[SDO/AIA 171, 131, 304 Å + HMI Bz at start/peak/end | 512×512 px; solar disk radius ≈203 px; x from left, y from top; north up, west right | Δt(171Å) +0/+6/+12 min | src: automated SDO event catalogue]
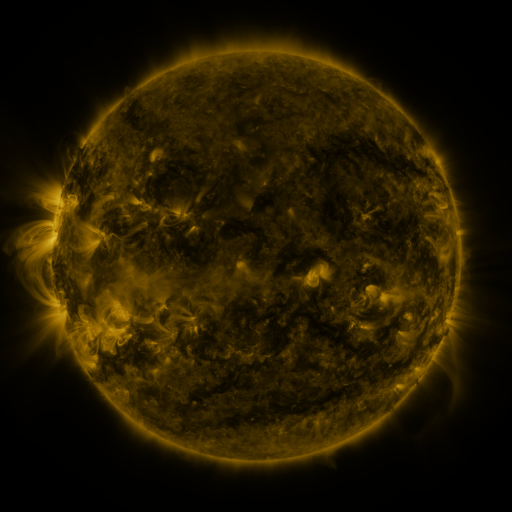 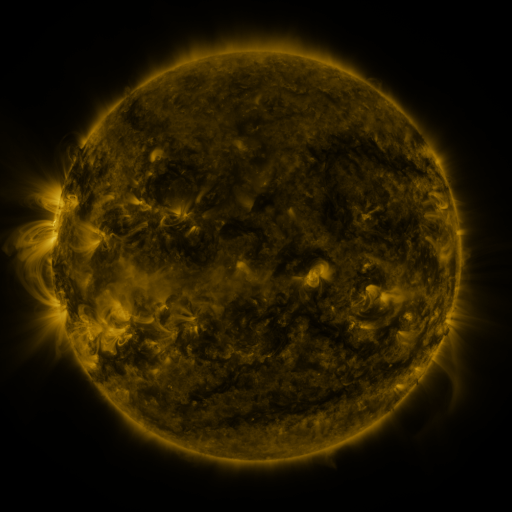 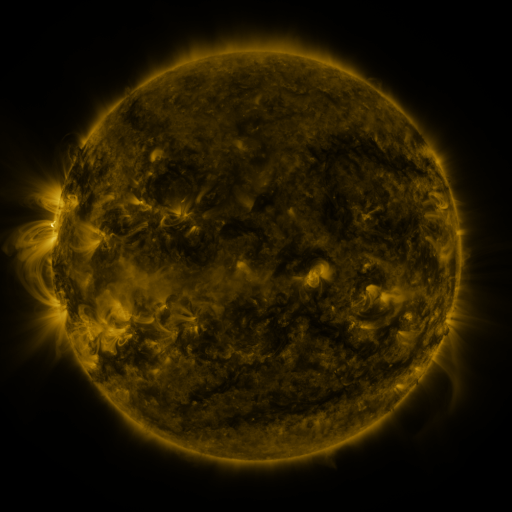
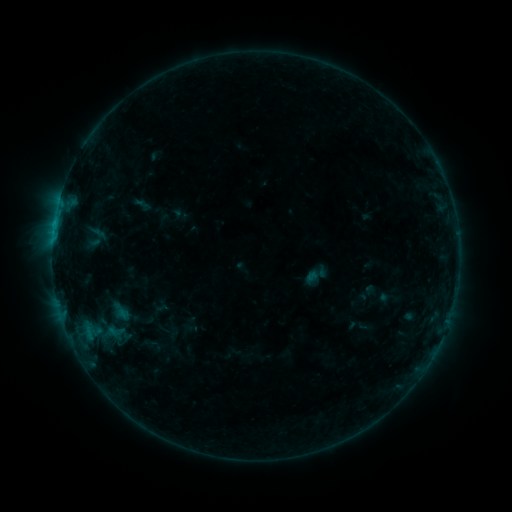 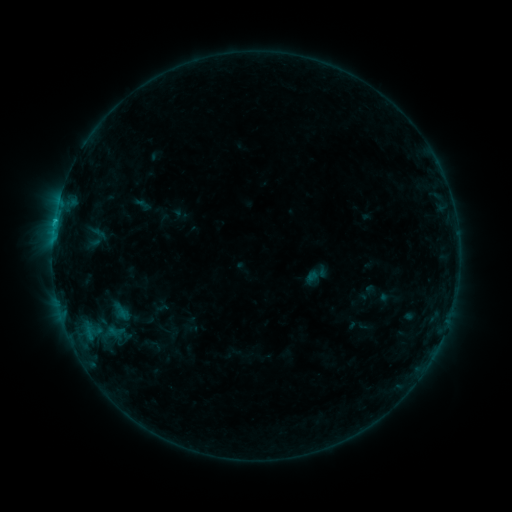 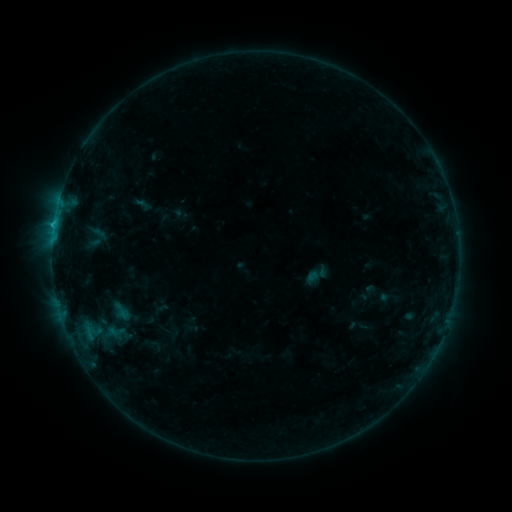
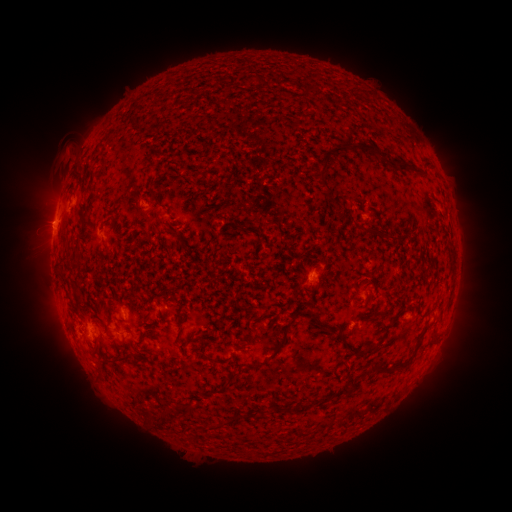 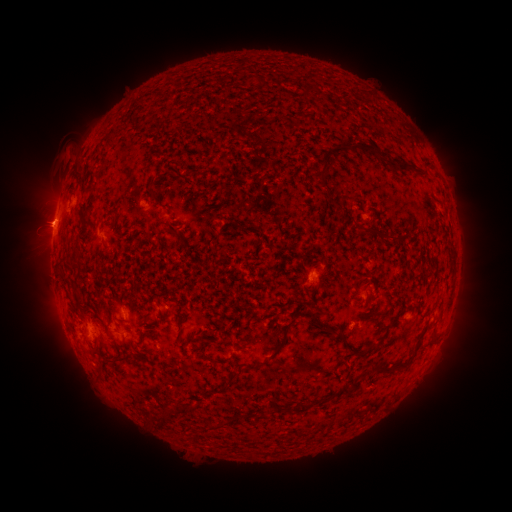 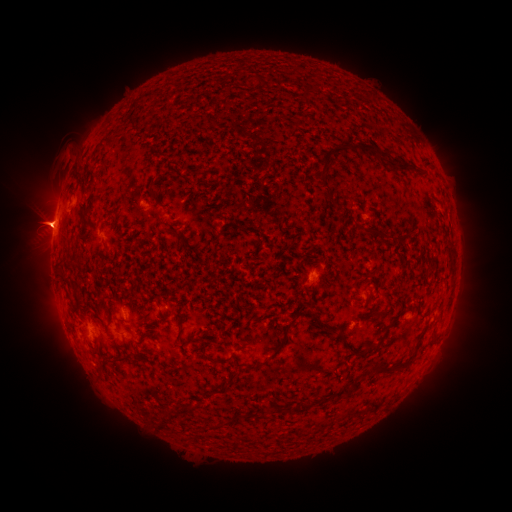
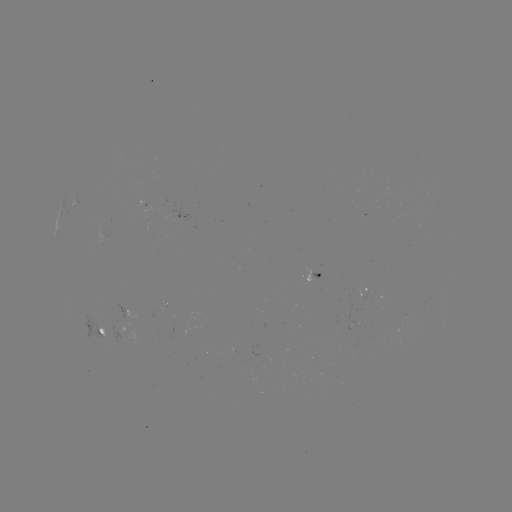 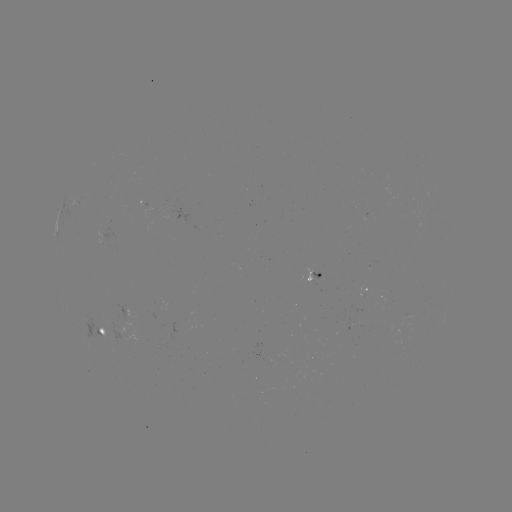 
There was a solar eruption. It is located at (37, 224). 